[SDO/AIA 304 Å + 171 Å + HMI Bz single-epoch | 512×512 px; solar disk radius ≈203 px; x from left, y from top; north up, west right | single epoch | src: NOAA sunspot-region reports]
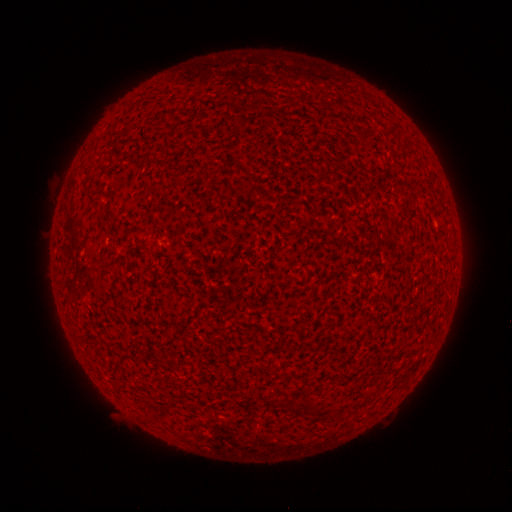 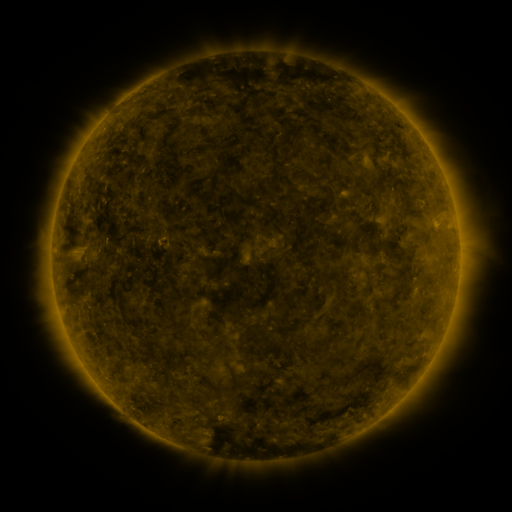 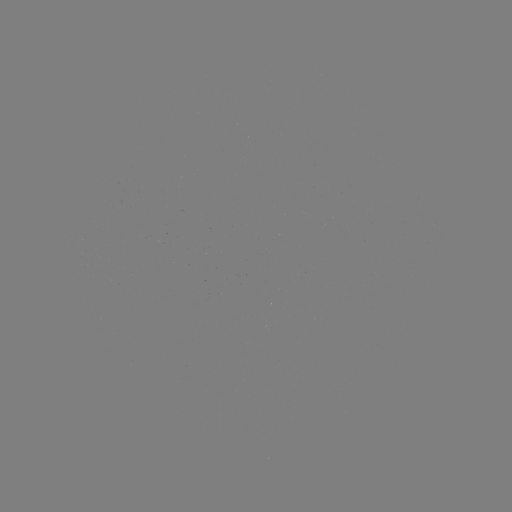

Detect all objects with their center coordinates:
(none)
